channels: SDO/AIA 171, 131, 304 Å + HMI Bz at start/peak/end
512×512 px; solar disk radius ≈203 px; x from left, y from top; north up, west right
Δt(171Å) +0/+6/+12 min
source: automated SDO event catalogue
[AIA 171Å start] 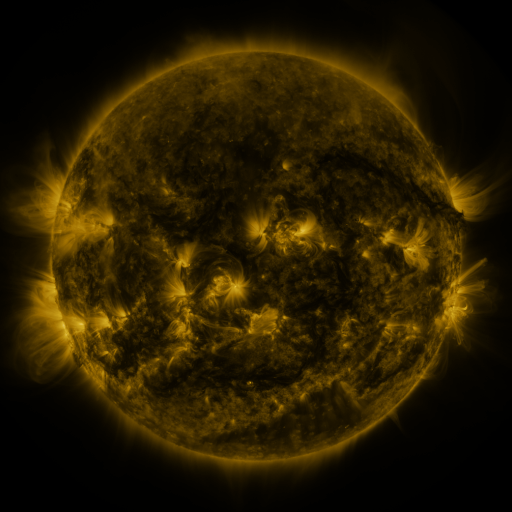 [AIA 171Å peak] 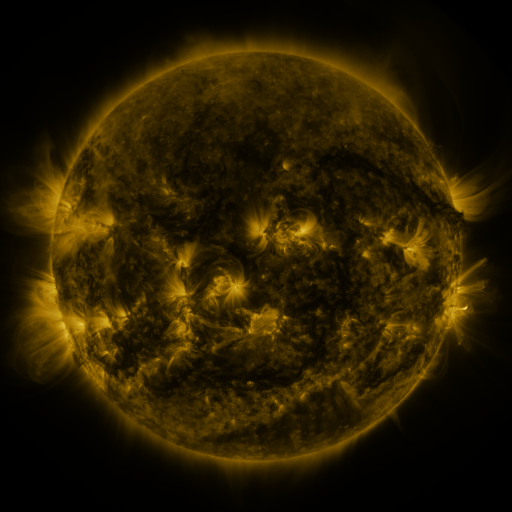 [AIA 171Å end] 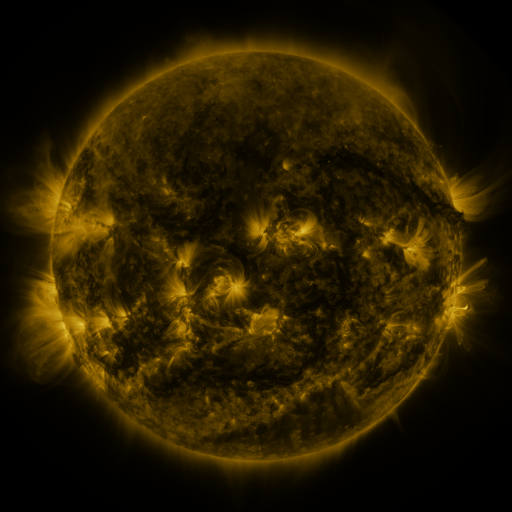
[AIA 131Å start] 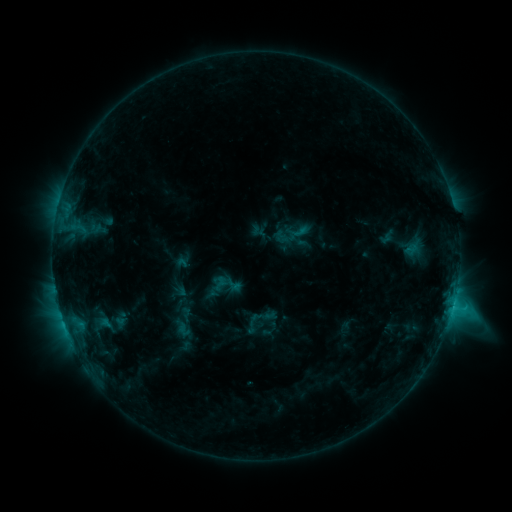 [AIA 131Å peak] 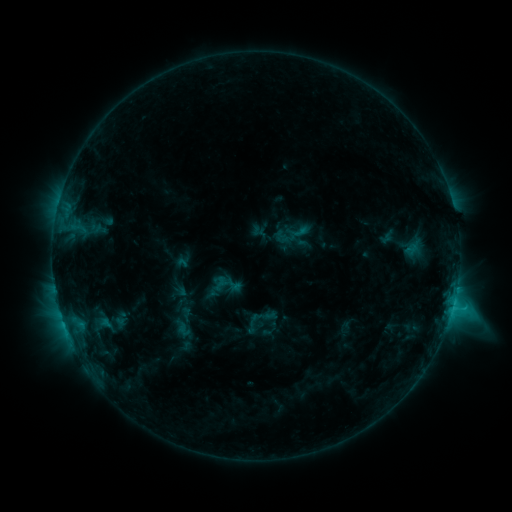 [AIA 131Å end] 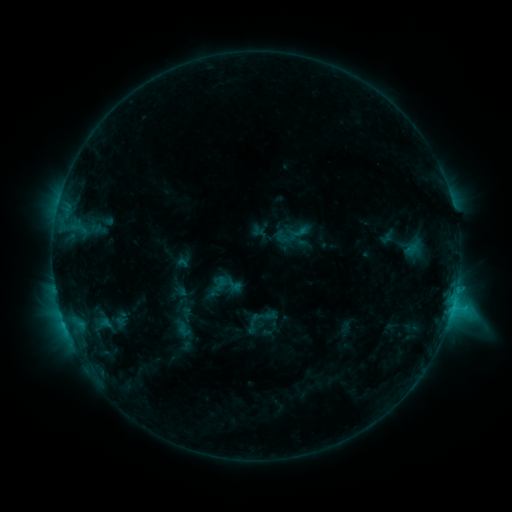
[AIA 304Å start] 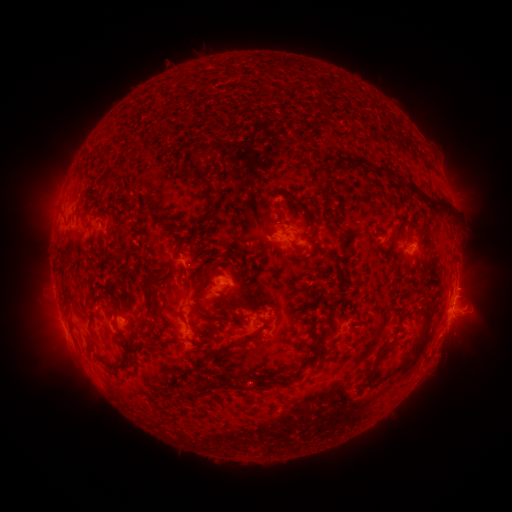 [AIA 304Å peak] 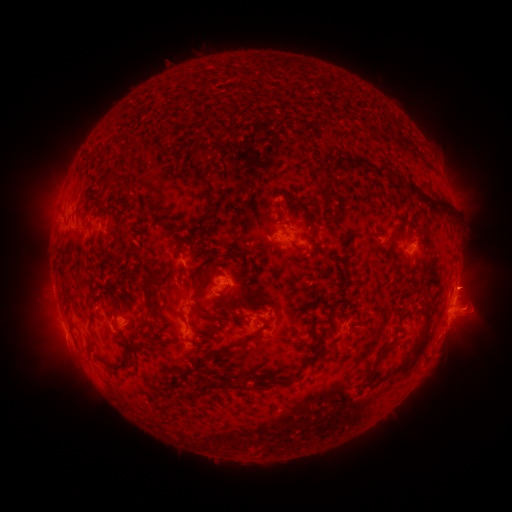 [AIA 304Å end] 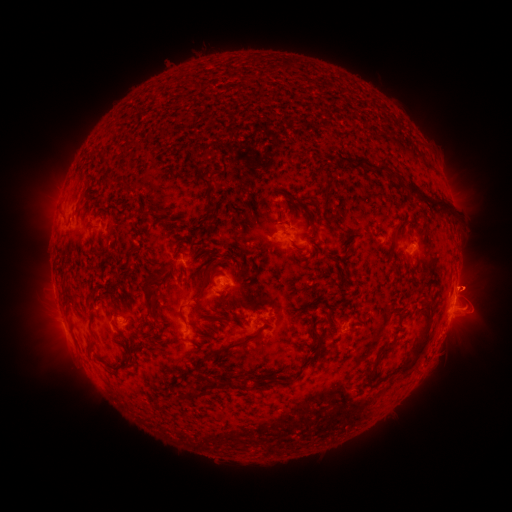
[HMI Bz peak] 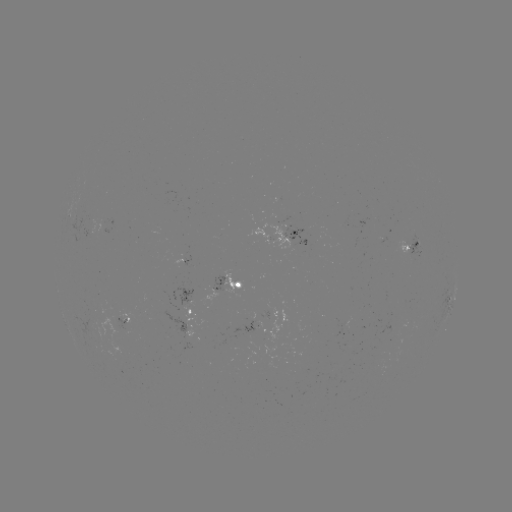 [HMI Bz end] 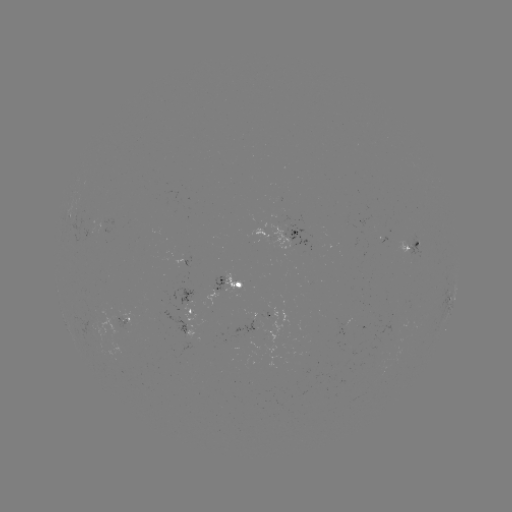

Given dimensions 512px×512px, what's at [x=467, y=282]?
eruption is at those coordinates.